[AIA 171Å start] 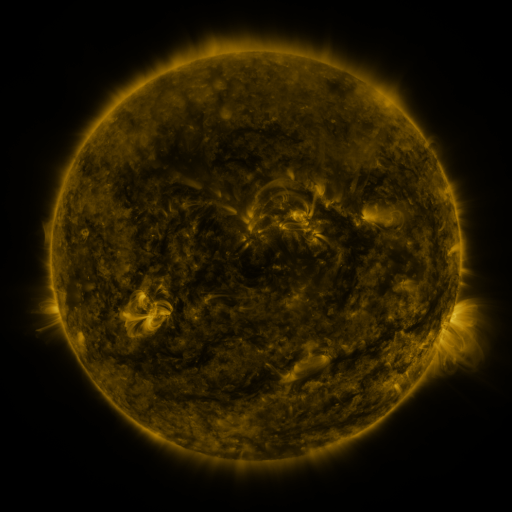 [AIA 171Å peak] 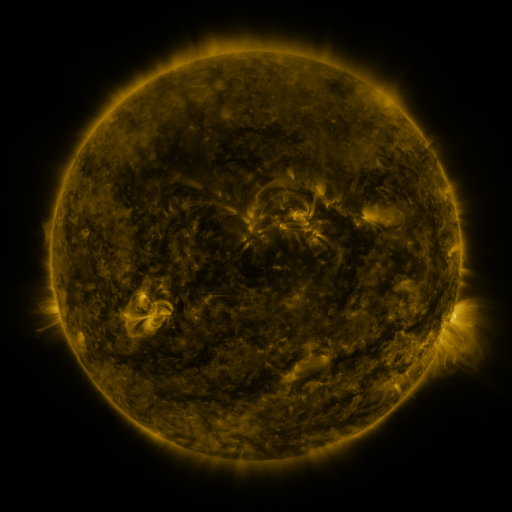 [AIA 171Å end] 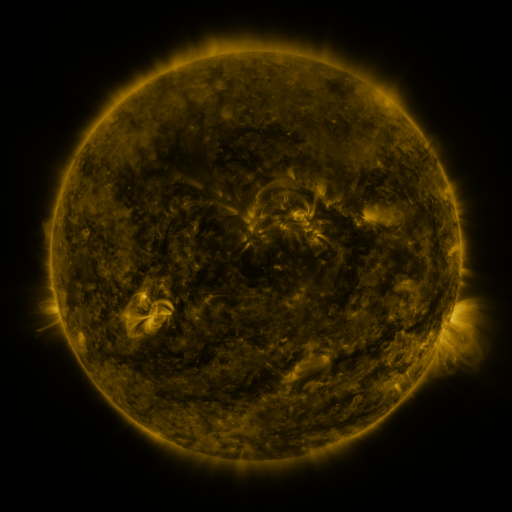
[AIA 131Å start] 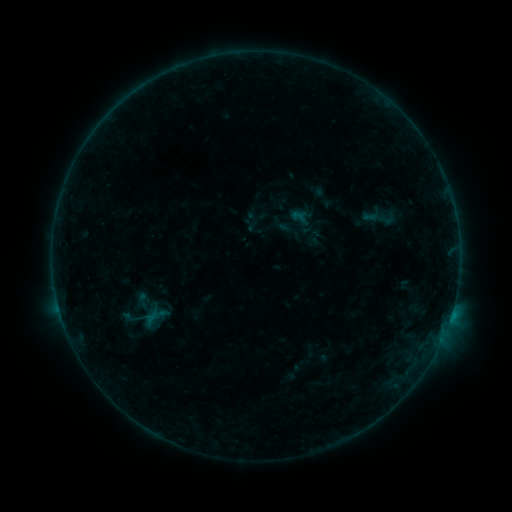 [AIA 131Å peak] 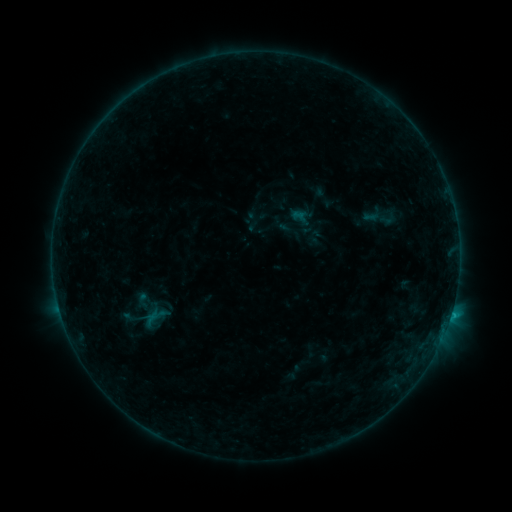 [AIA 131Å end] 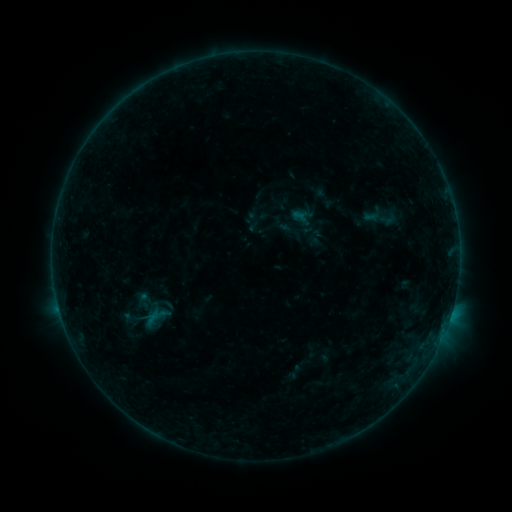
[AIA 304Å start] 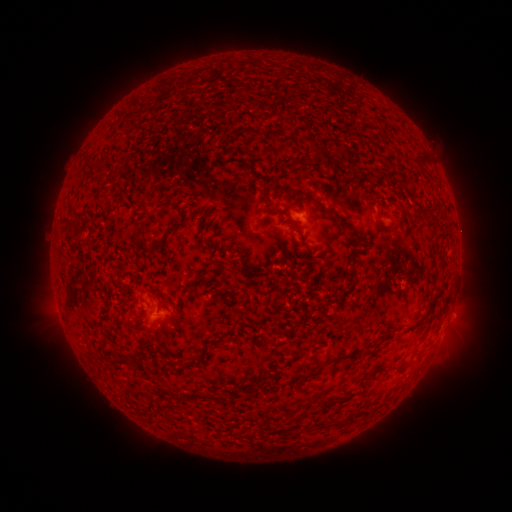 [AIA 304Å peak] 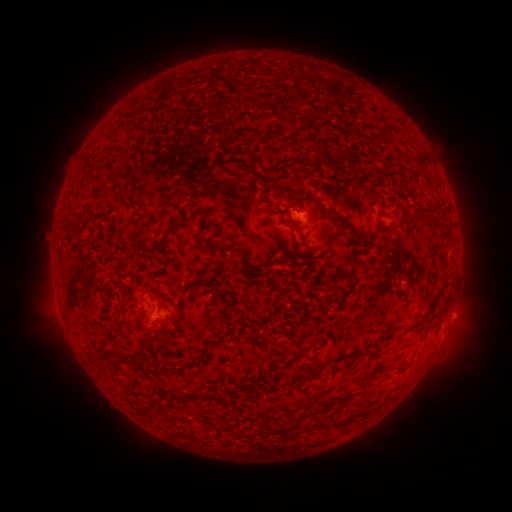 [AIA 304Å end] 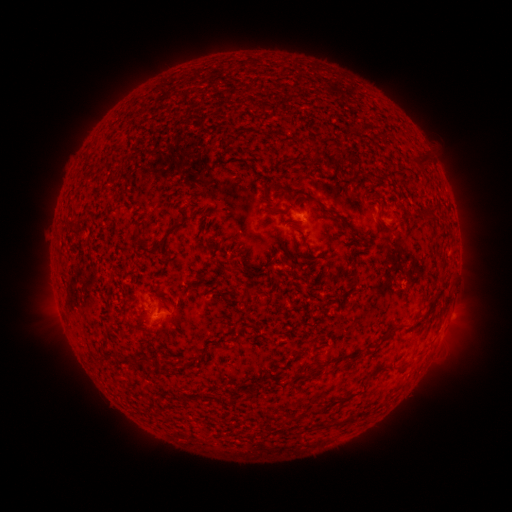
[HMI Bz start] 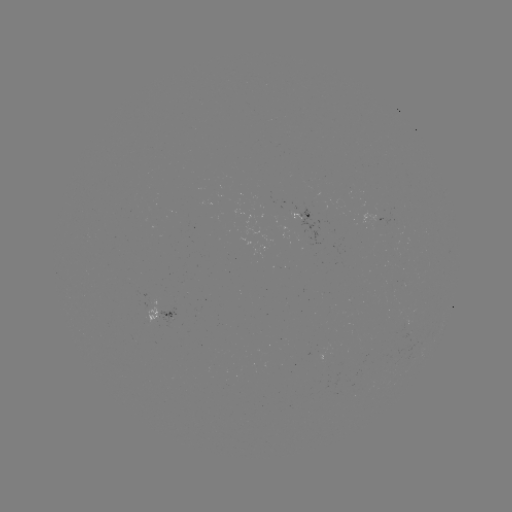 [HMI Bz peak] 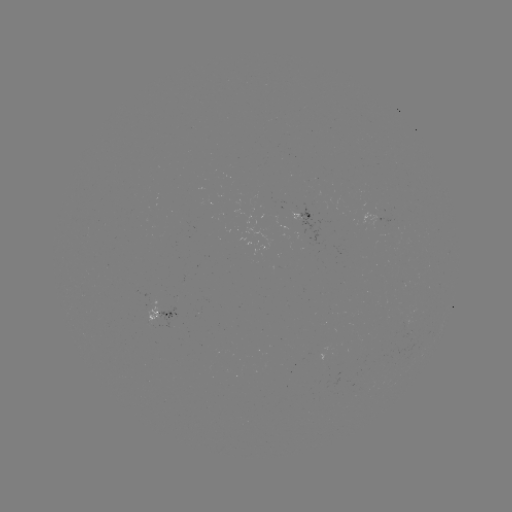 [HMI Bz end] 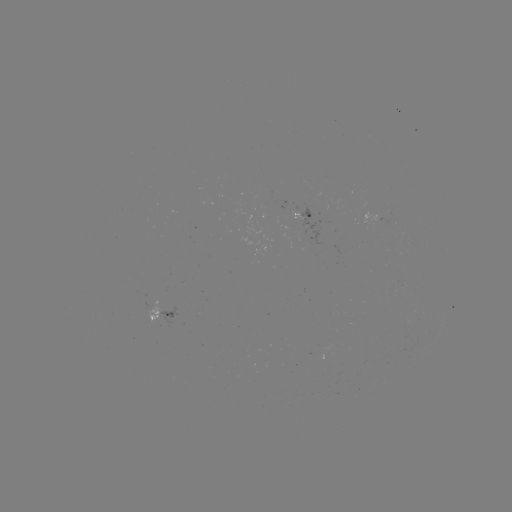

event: flare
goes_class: B4.6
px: (145, 296)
